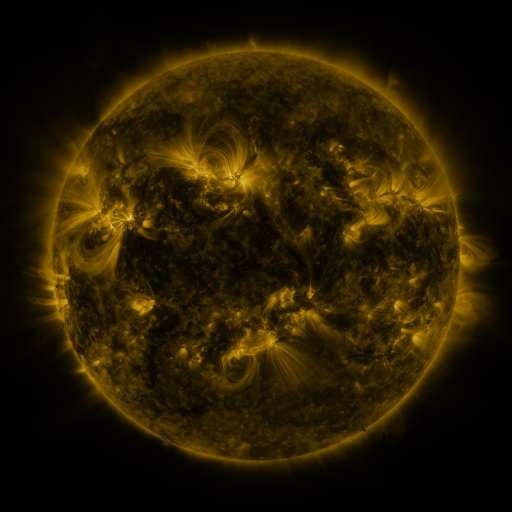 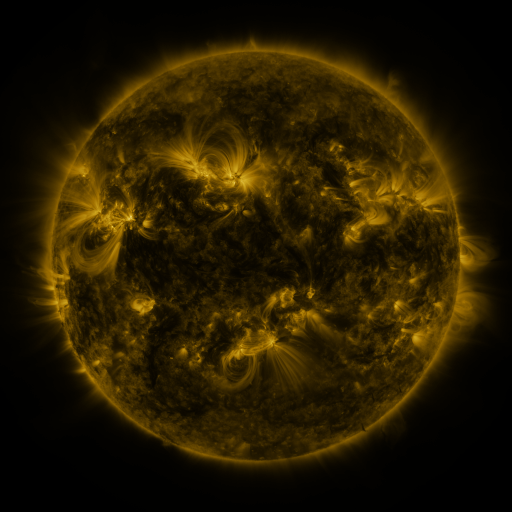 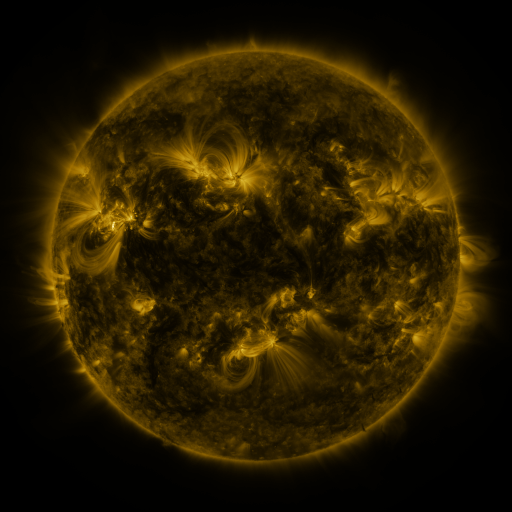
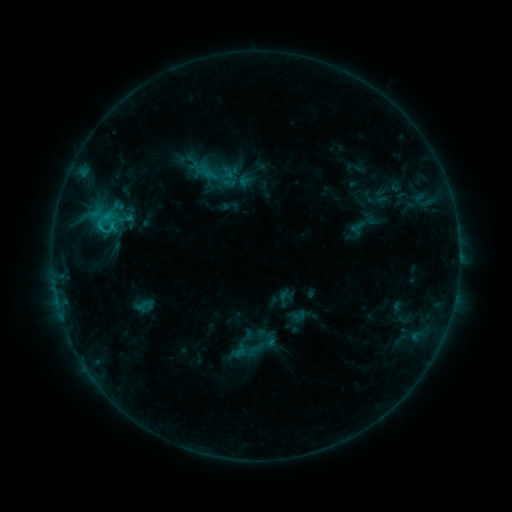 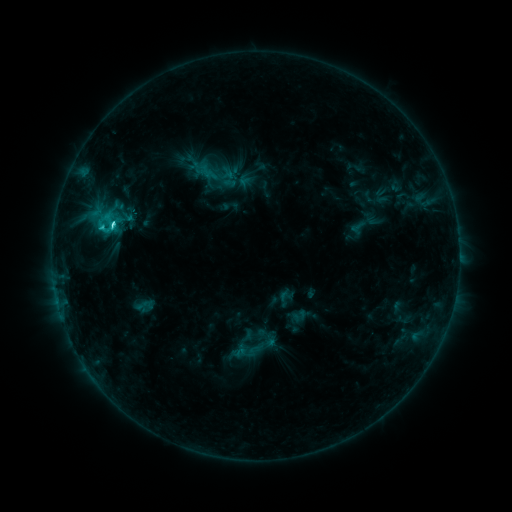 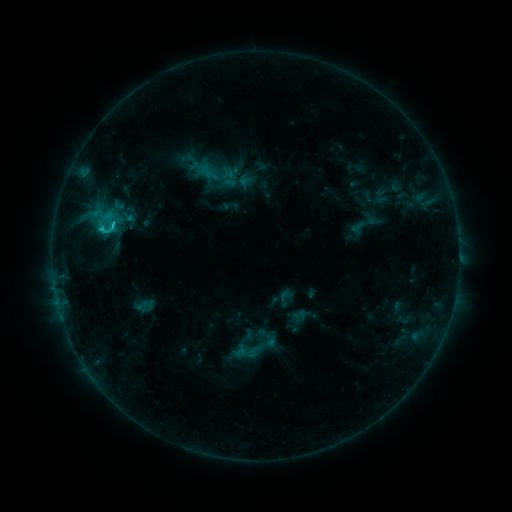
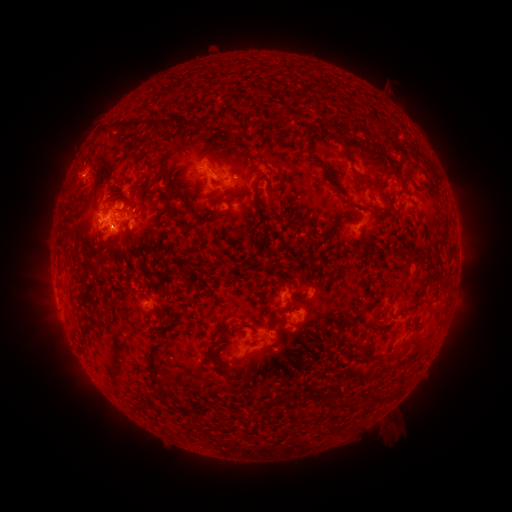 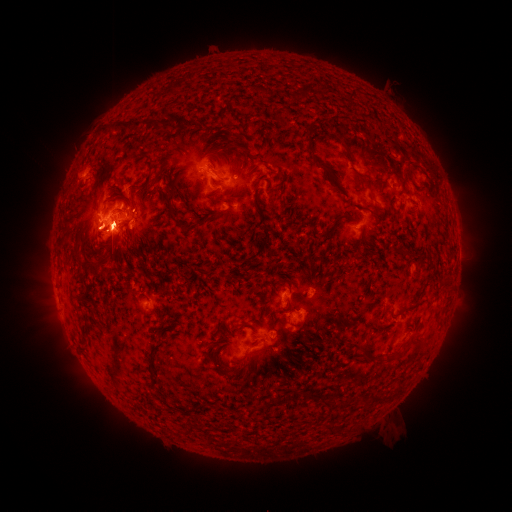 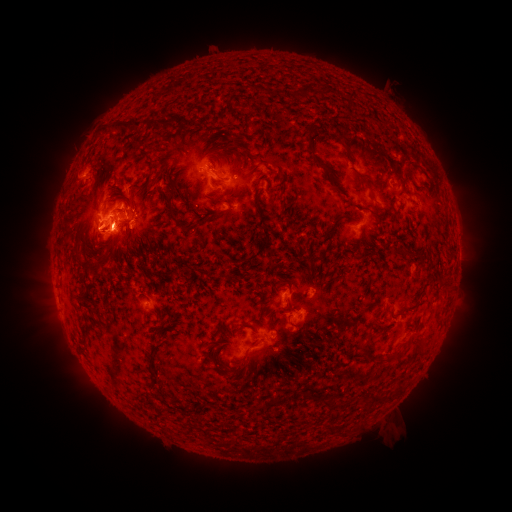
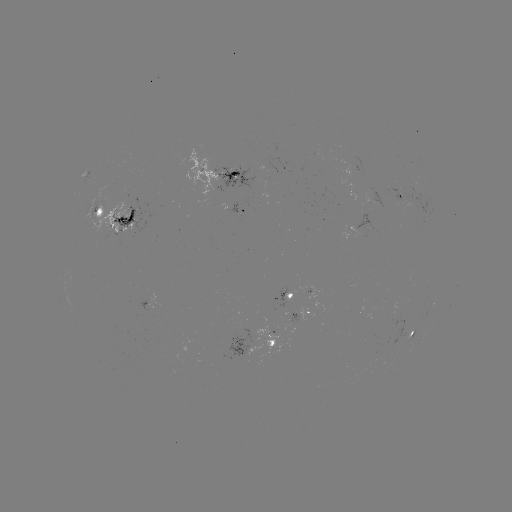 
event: flare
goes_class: C3.5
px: (114, 227)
